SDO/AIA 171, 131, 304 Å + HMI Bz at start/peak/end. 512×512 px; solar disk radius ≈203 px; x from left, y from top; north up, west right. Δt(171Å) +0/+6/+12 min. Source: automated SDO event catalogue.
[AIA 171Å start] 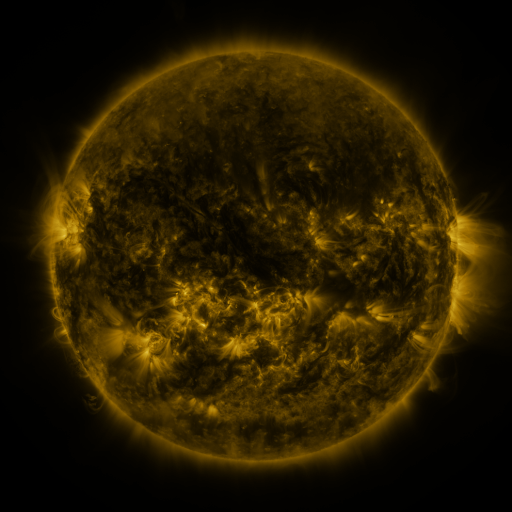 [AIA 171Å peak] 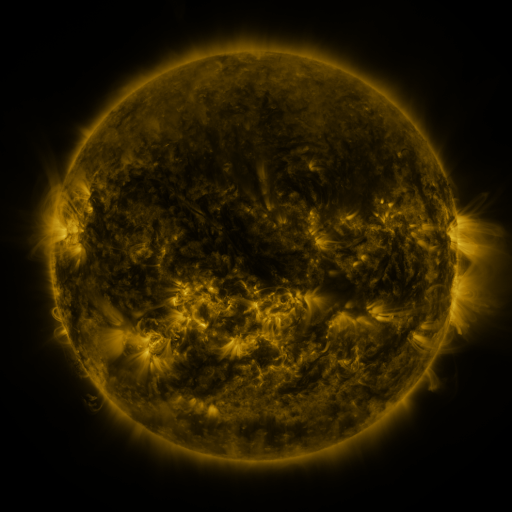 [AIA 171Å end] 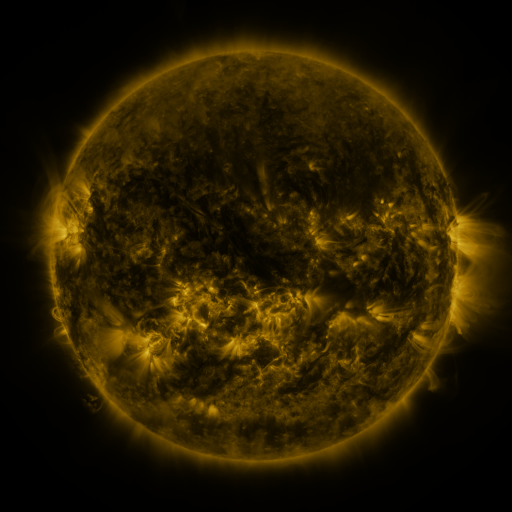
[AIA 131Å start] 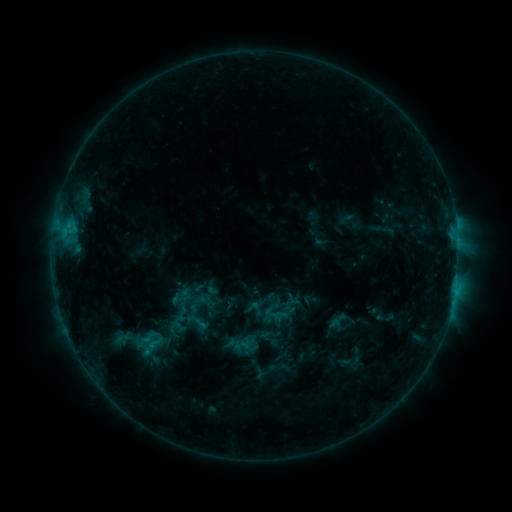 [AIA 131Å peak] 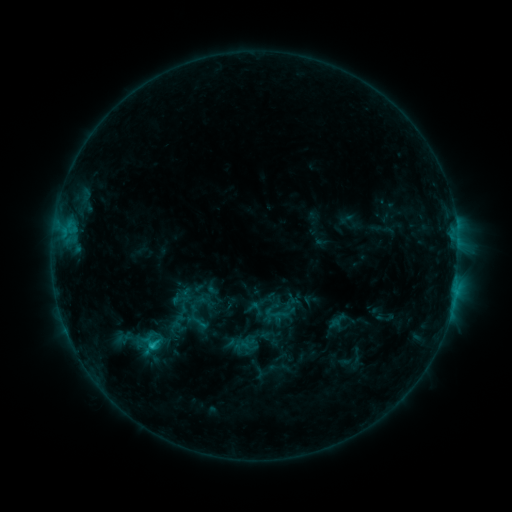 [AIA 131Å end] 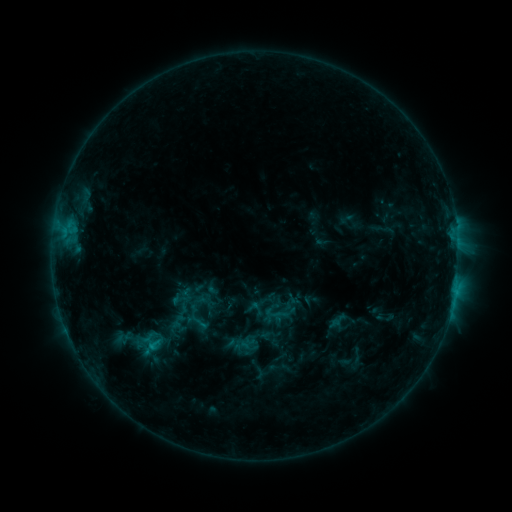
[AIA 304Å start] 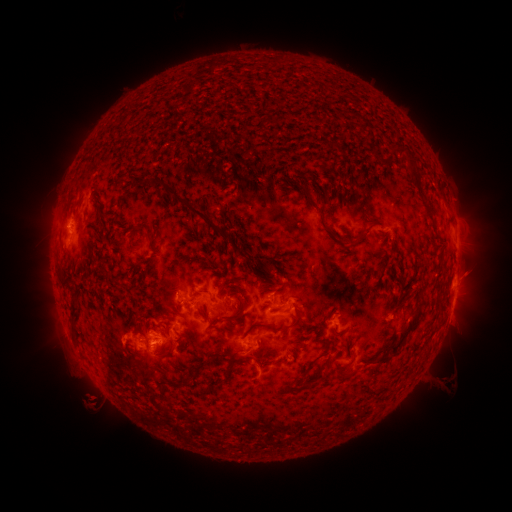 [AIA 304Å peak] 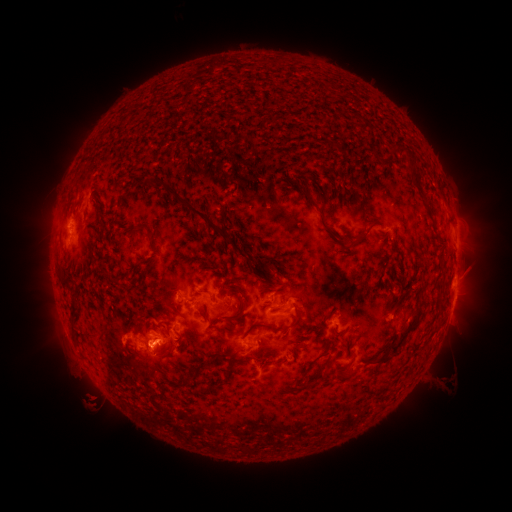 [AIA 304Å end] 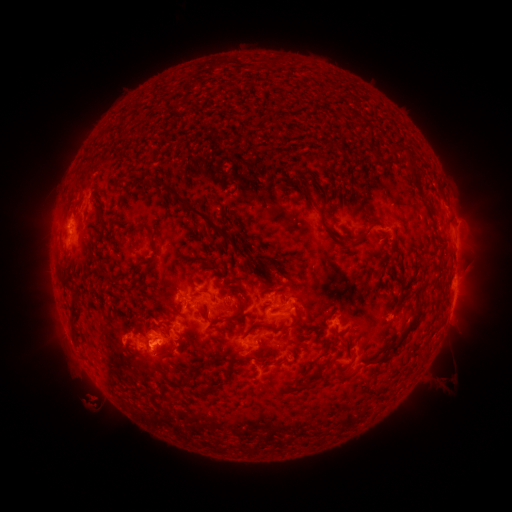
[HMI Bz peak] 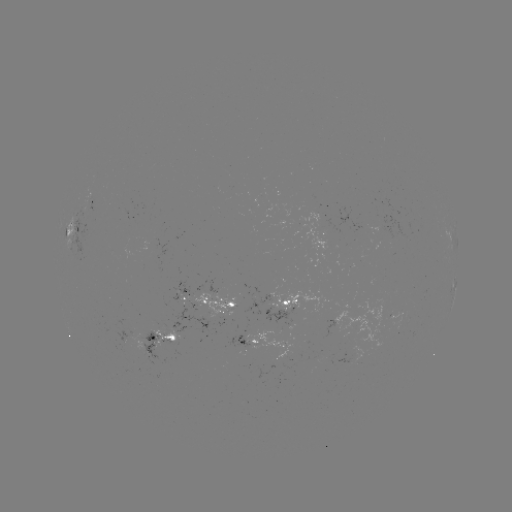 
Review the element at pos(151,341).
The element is C1.1 flare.